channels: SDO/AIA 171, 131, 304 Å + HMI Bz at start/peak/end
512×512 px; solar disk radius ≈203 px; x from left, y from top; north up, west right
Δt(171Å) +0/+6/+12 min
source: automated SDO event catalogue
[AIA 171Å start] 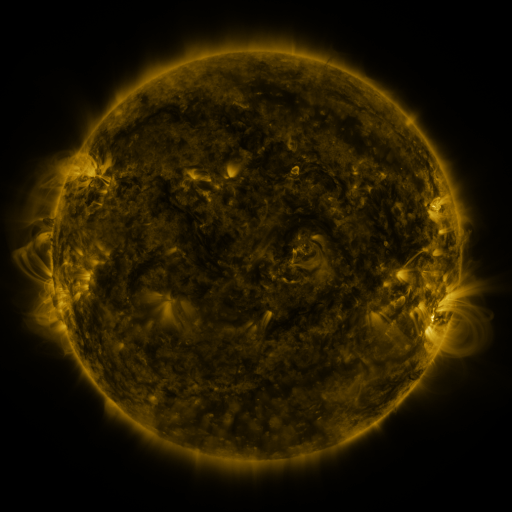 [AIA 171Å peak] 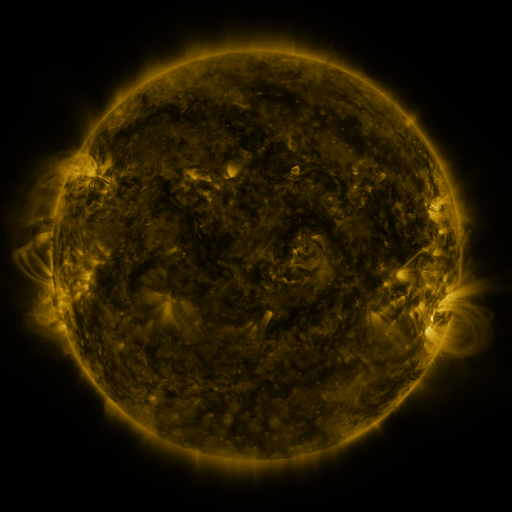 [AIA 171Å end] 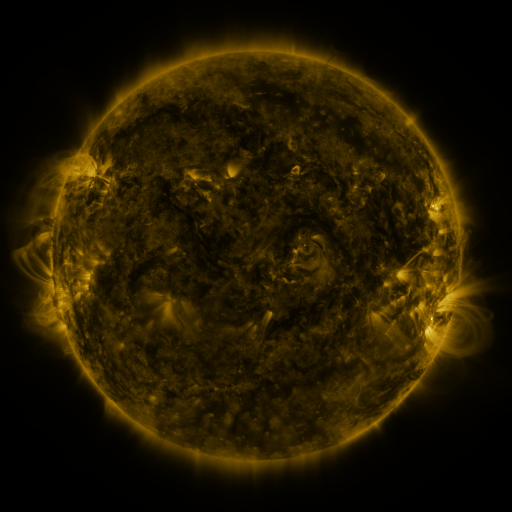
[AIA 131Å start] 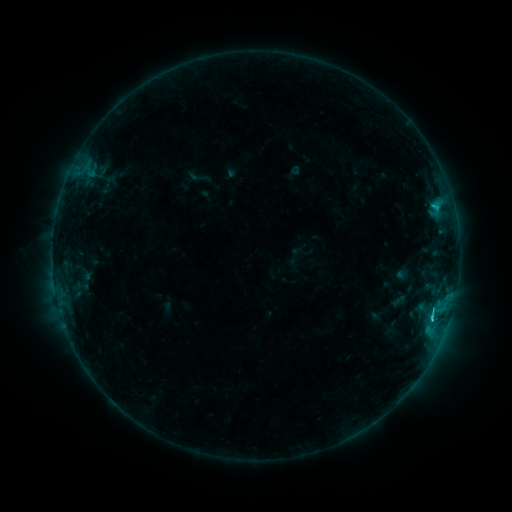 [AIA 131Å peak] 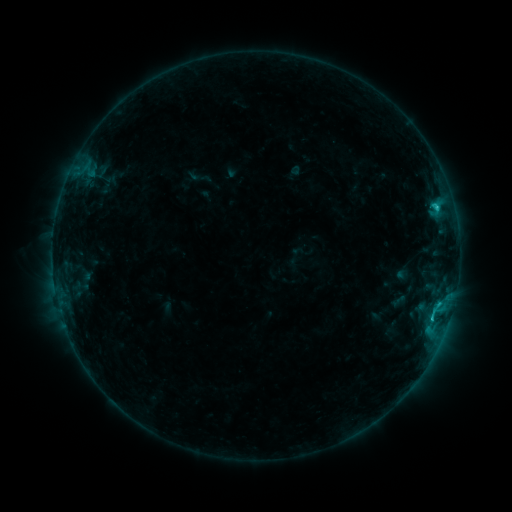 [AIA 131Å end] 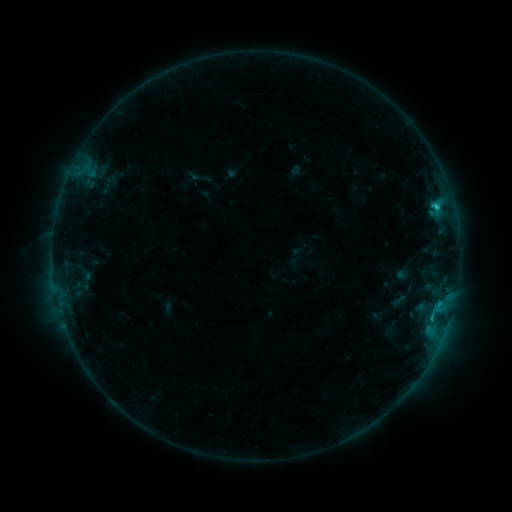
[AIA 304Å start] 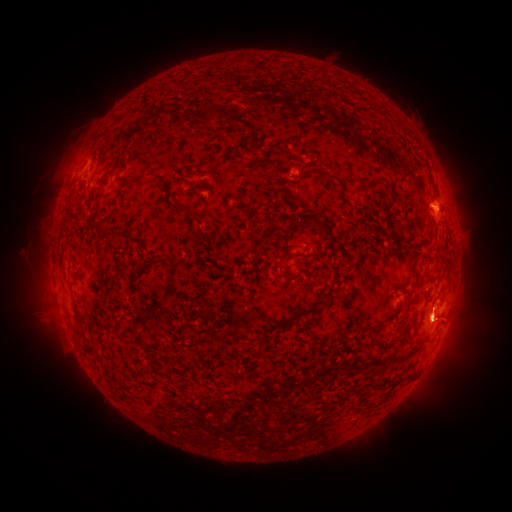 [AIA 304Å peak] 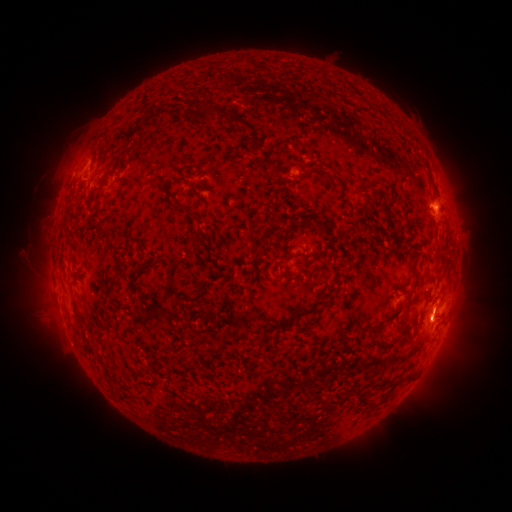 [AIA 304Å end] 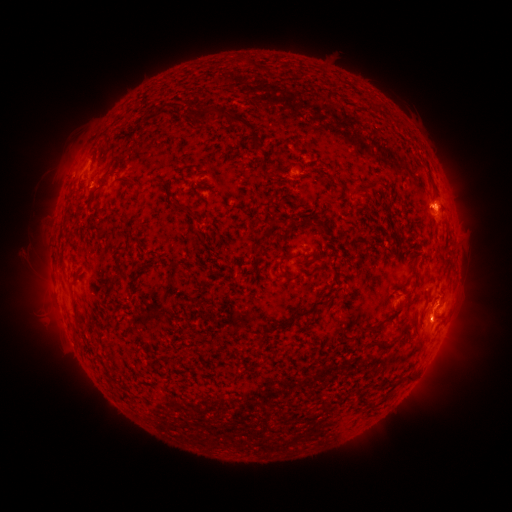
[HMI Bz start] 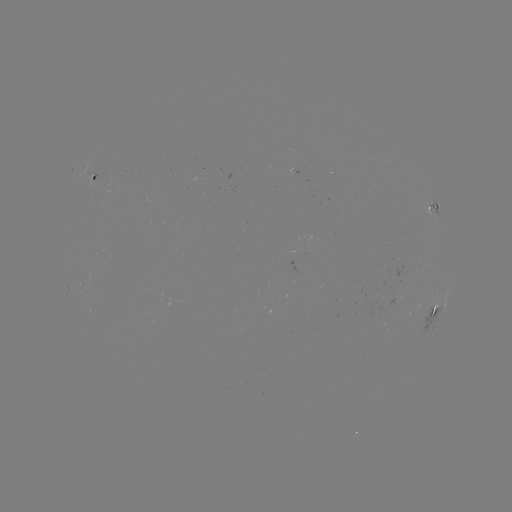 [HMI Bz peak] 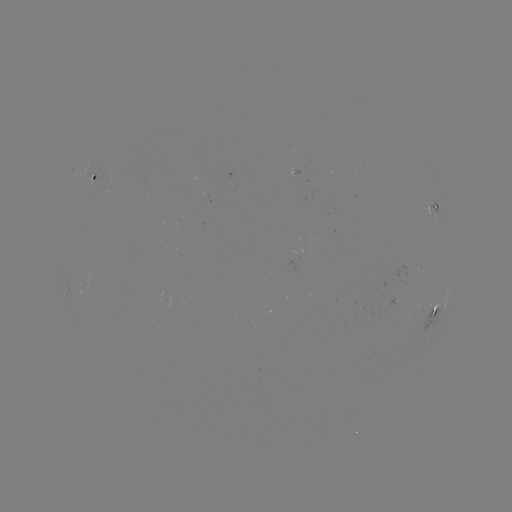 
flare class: C1.4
